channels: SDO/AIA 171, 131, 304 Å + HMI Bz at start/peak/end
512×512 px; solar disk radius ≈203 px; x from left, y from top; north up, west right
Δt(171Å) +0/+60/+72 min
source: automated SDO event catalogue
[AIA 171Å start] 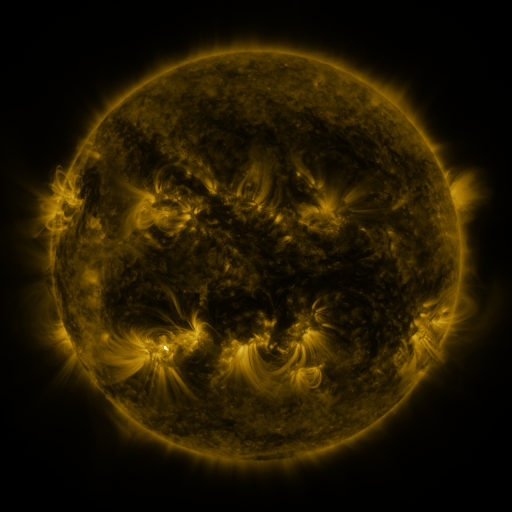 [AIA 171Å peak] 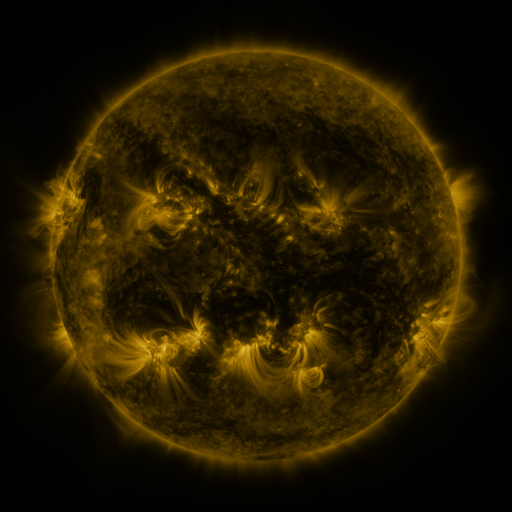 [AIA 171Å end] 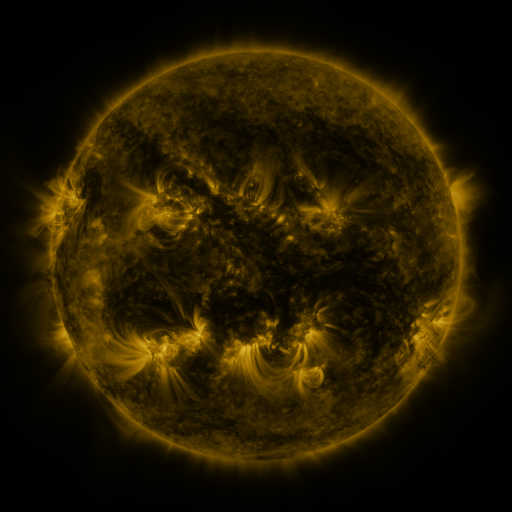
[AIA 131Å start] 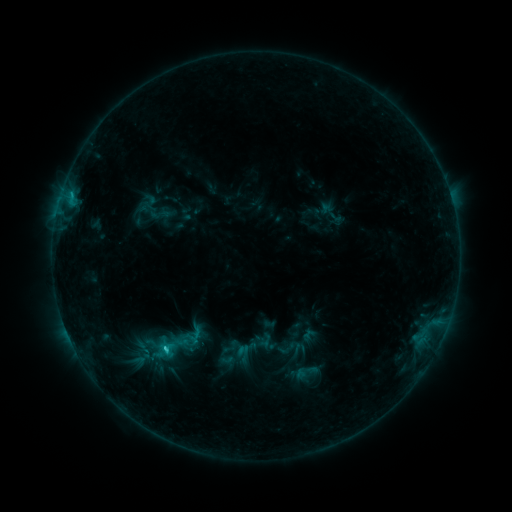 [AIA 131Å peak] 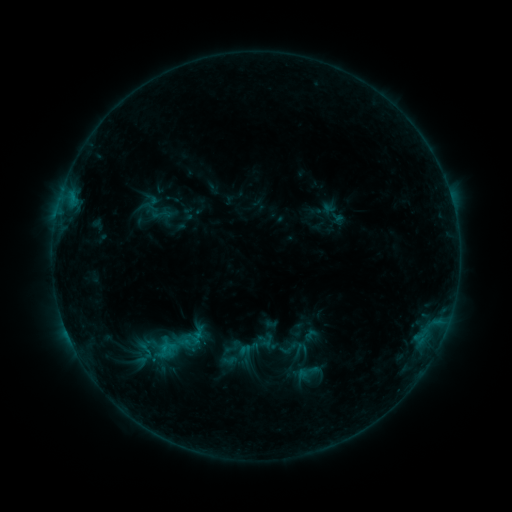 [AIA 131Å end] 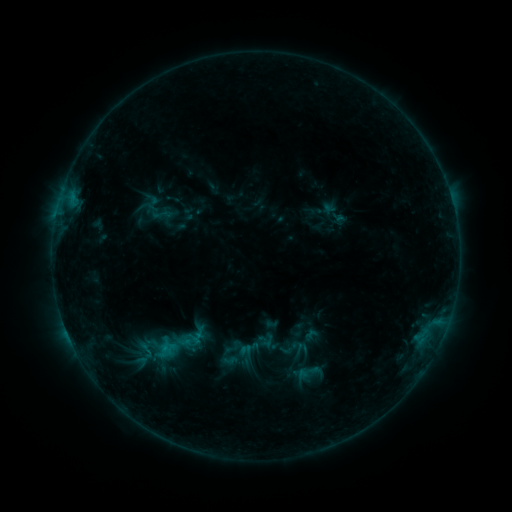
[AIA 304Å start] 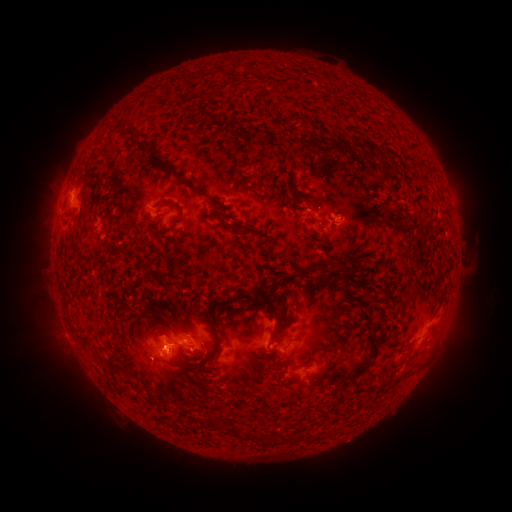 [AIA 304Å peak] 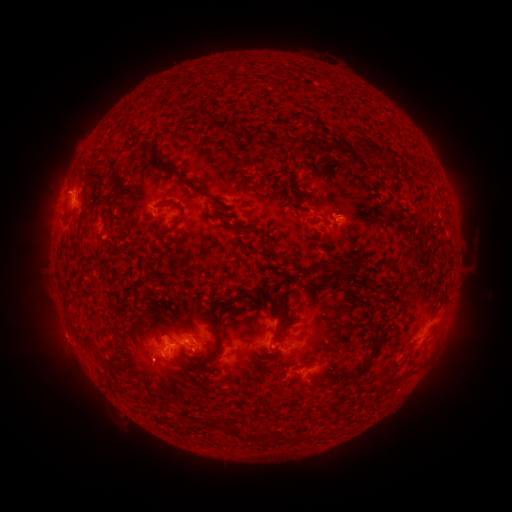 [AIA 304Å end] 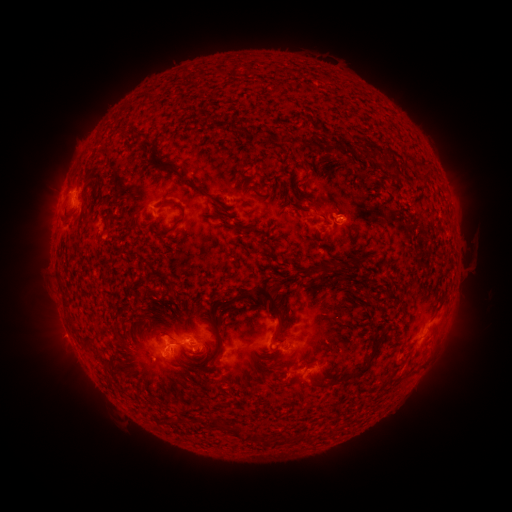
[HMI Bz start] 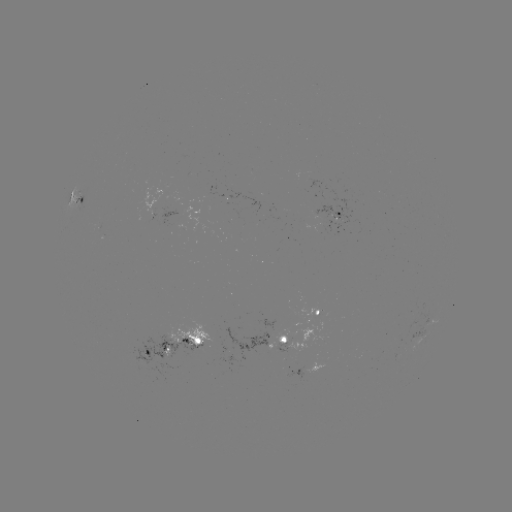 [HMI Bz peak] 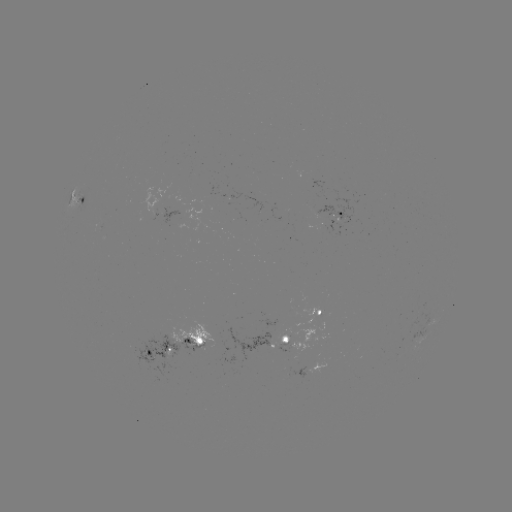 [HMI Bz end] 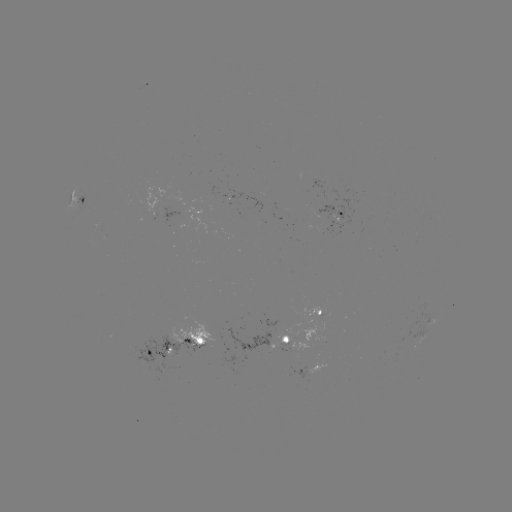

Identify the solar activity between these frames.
emerging-flux region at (291, 351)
